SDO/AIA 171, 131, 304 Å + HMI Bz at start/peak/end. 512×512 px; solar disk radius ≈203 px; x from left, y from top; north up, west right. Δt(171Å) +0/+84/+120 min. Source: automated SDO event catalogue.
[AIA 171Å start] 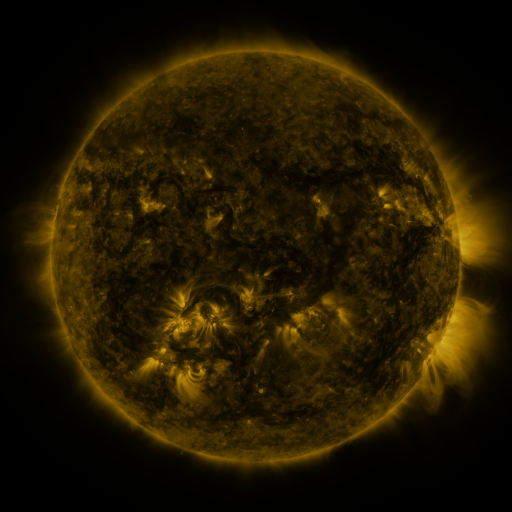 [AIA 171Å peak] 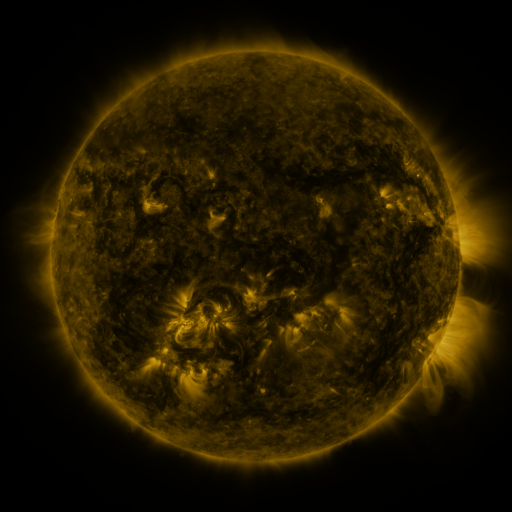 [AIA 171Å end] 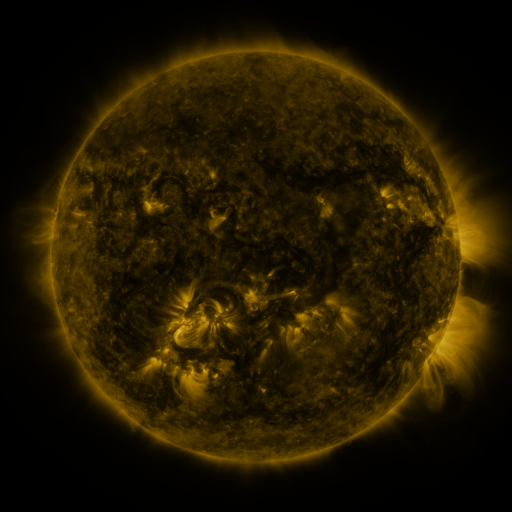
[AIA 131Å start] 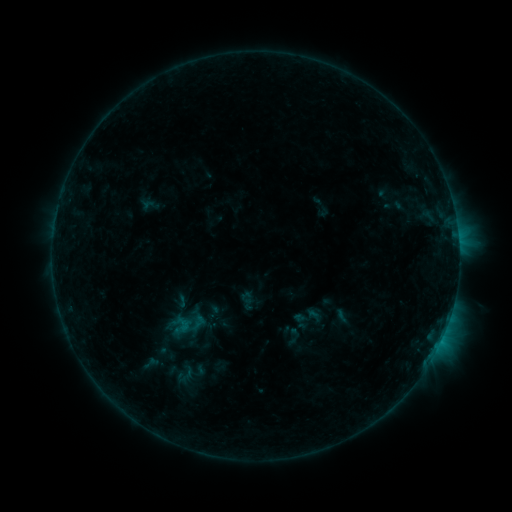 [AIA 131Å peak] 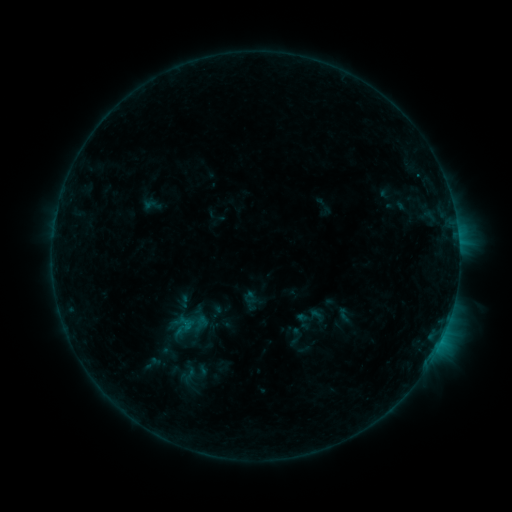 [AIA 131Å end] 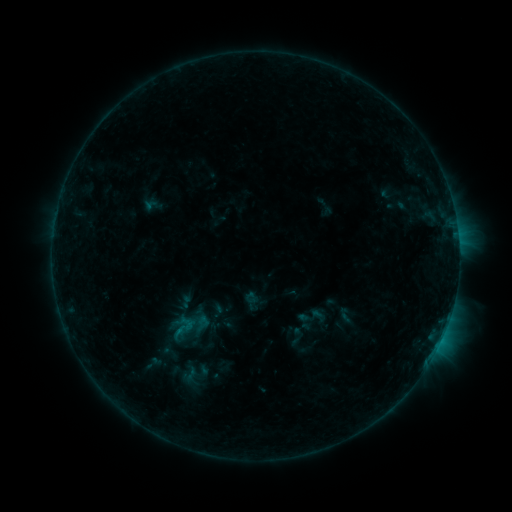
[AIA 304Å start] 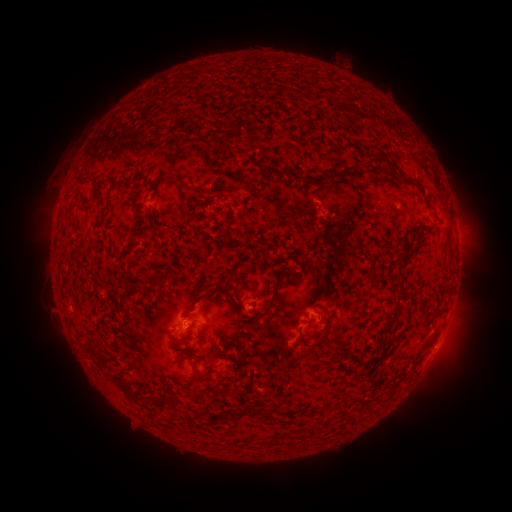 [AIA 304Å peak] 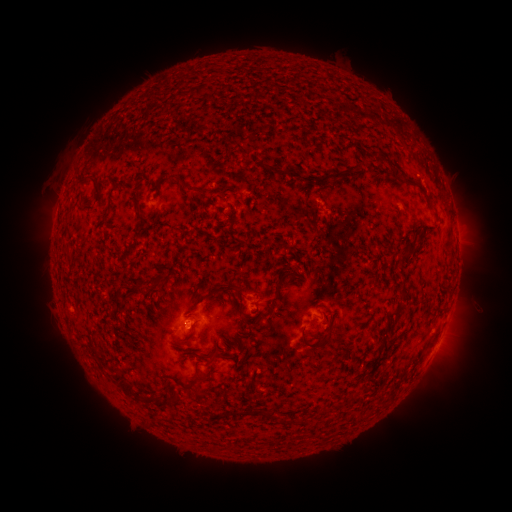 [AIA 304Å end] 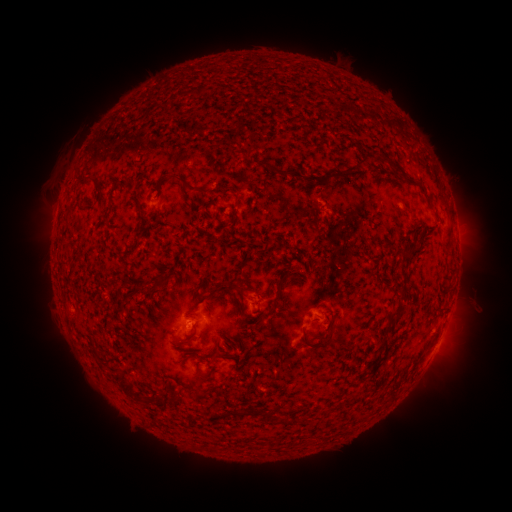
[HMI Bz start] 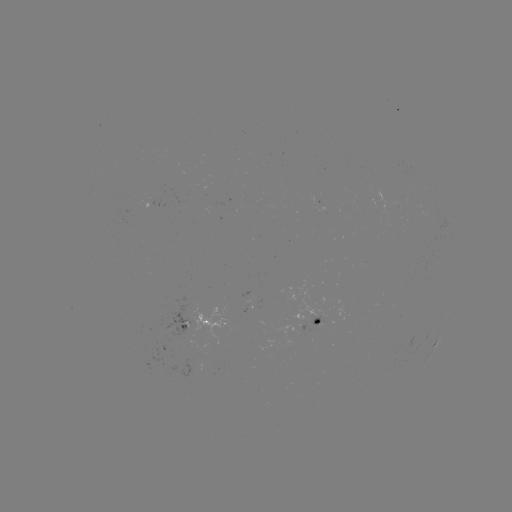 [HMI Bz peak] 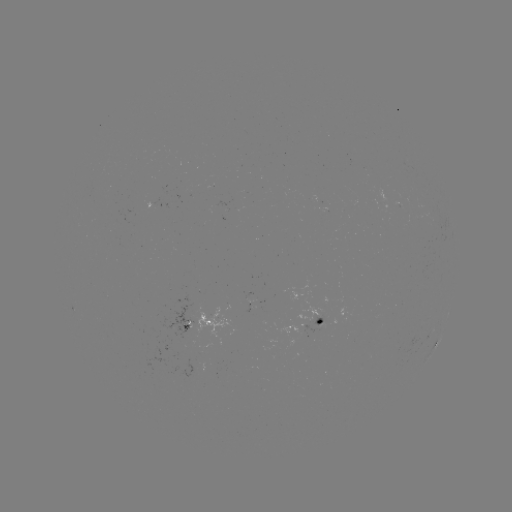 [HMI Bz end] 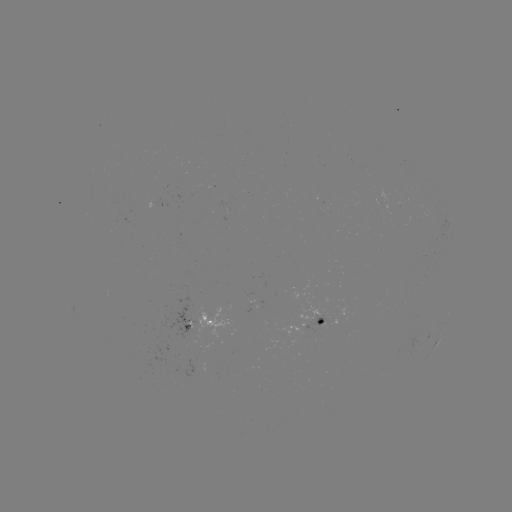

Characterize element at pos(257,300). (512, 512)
emerging-flux region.